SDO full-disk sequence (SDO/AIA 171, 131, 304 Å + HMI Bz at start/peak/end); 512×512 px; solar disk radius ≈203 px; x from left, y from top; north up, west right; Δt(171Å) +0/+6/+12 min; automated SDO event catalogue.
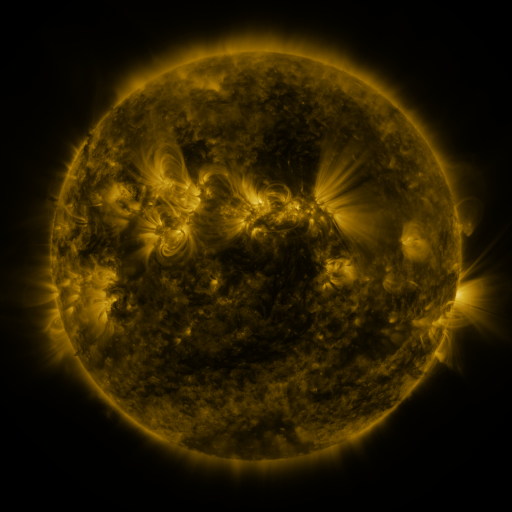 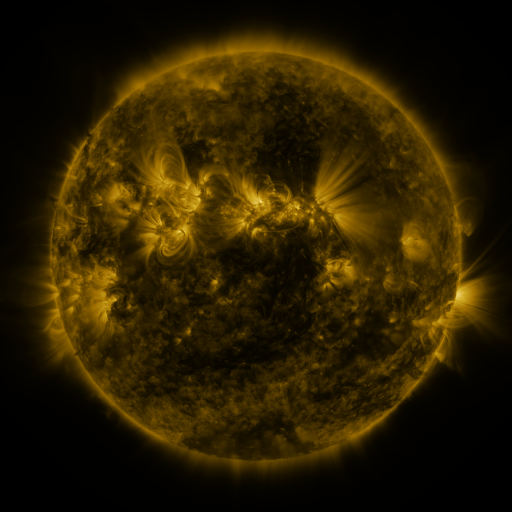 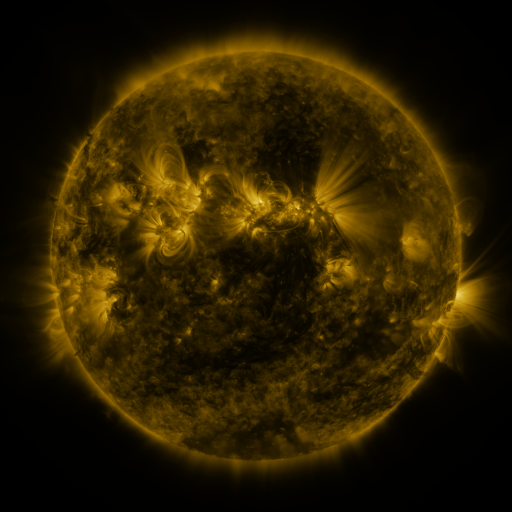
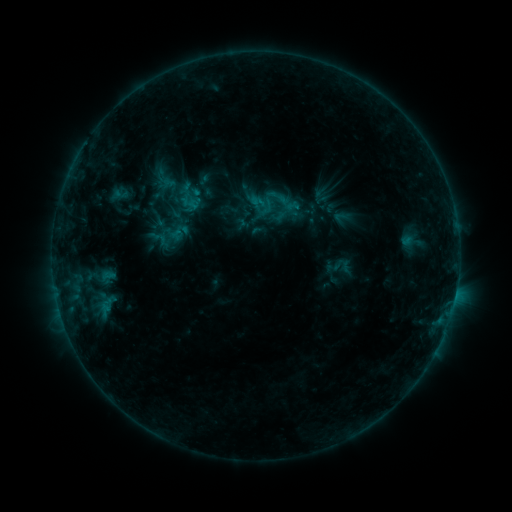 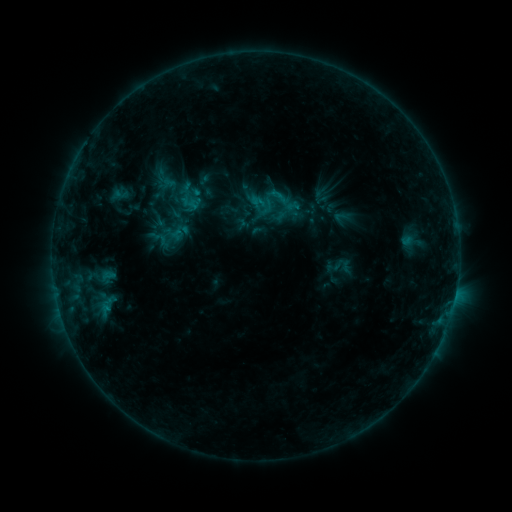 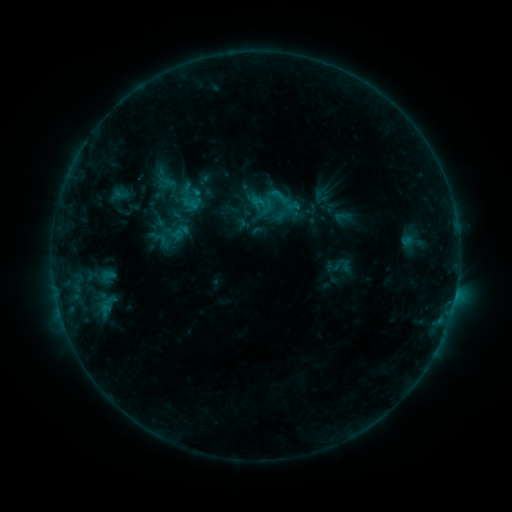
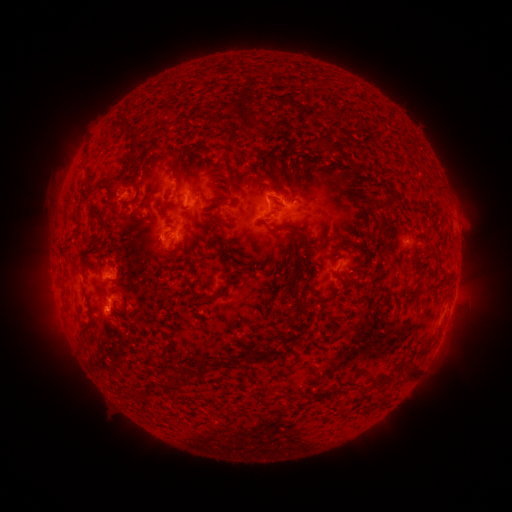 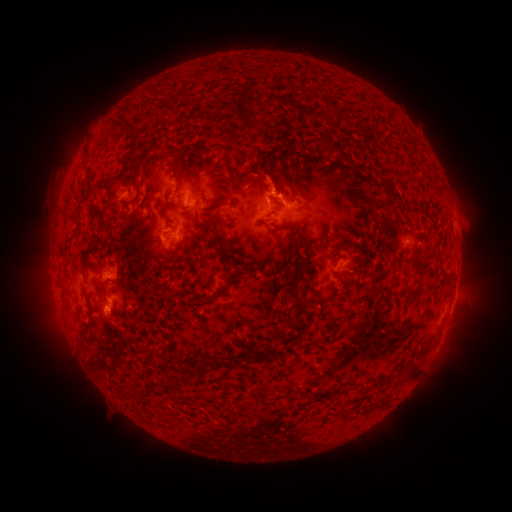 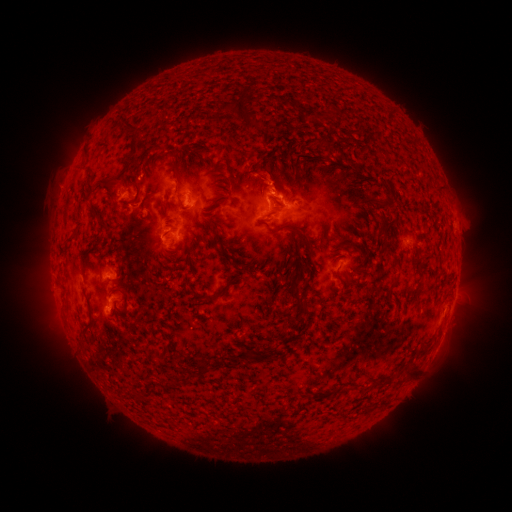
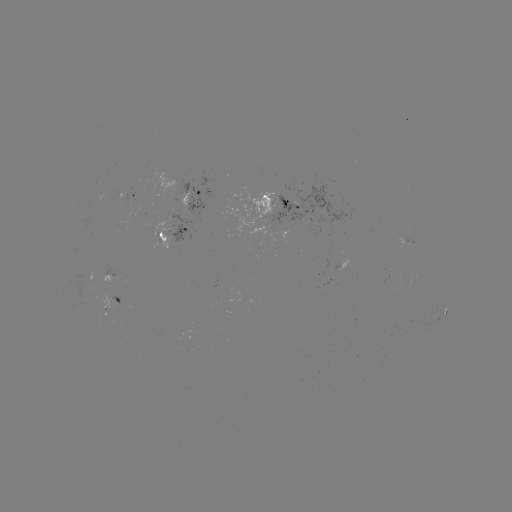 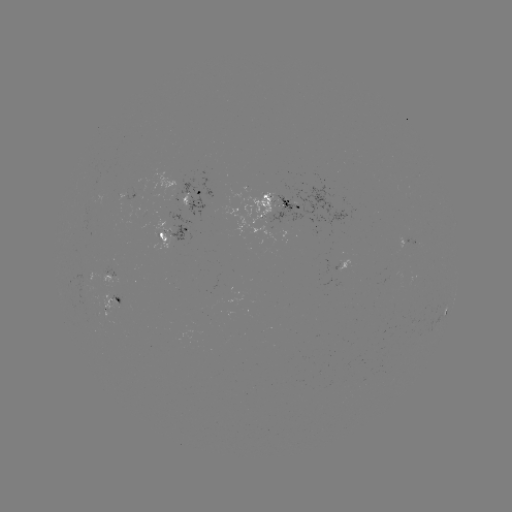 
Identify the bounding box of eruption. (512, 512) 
[247, 152, 299, 202].